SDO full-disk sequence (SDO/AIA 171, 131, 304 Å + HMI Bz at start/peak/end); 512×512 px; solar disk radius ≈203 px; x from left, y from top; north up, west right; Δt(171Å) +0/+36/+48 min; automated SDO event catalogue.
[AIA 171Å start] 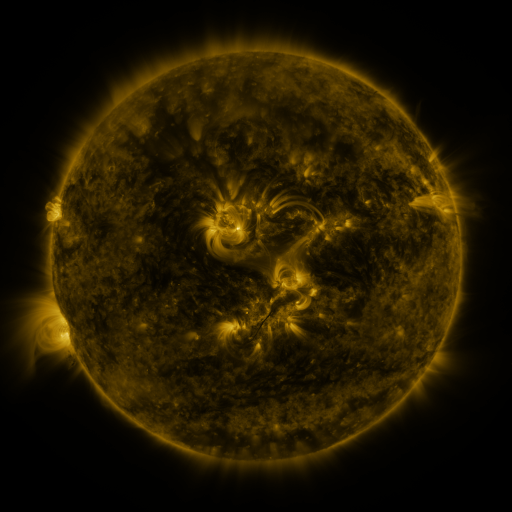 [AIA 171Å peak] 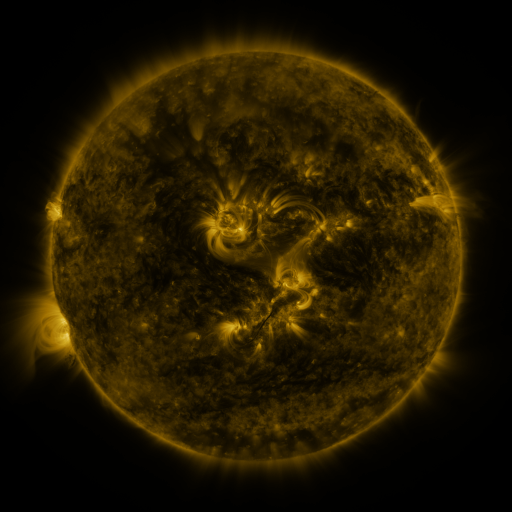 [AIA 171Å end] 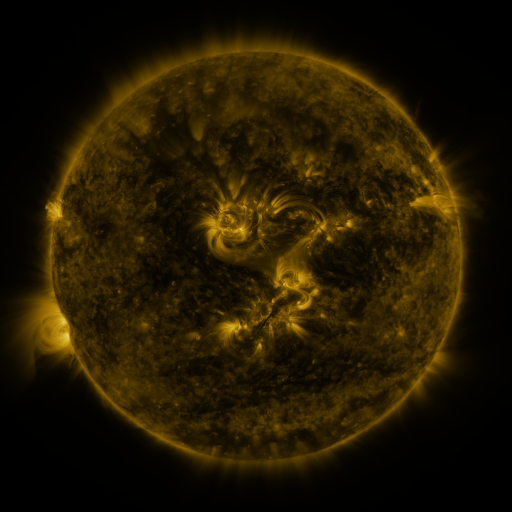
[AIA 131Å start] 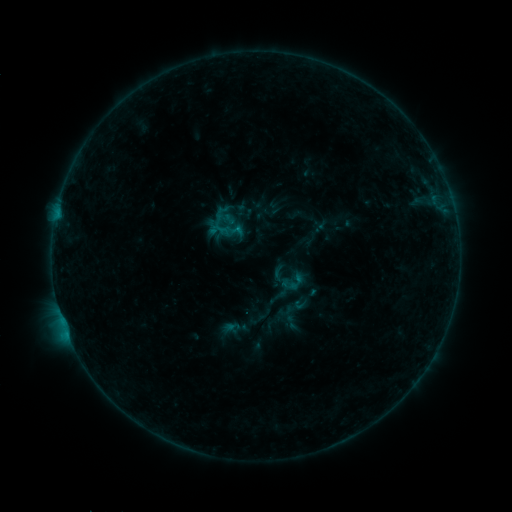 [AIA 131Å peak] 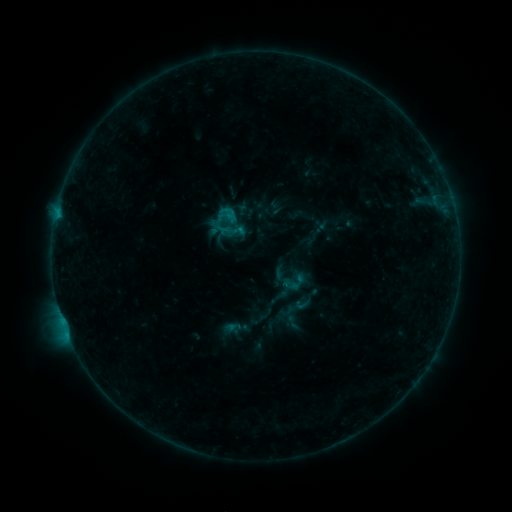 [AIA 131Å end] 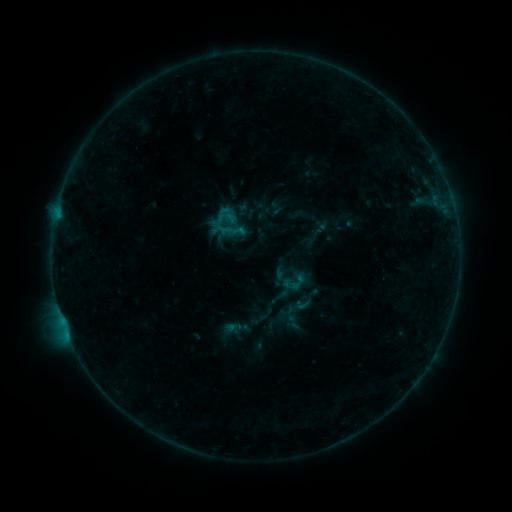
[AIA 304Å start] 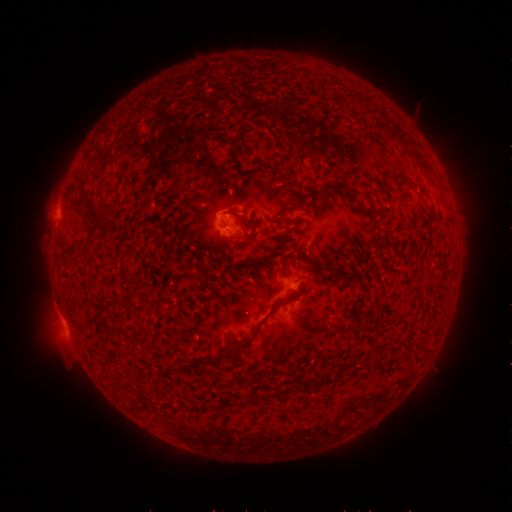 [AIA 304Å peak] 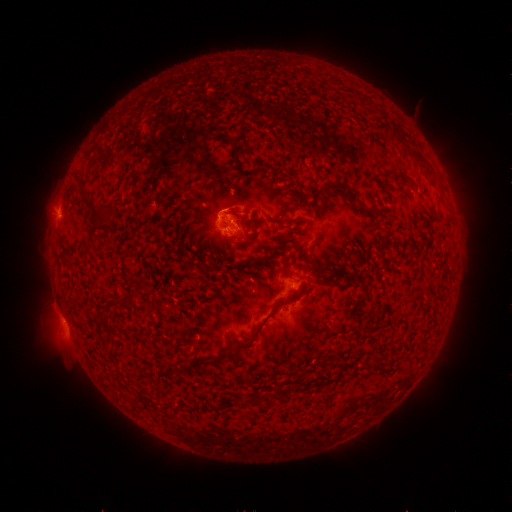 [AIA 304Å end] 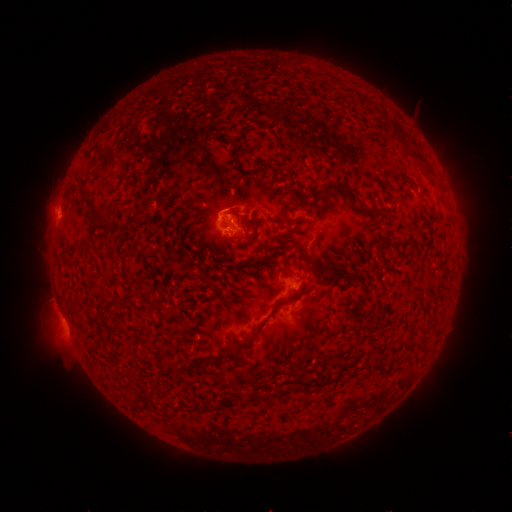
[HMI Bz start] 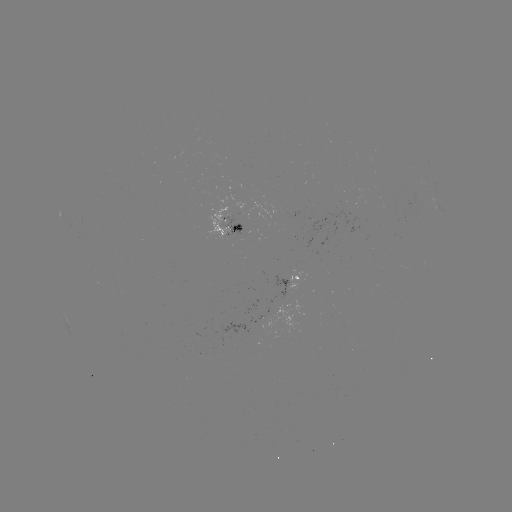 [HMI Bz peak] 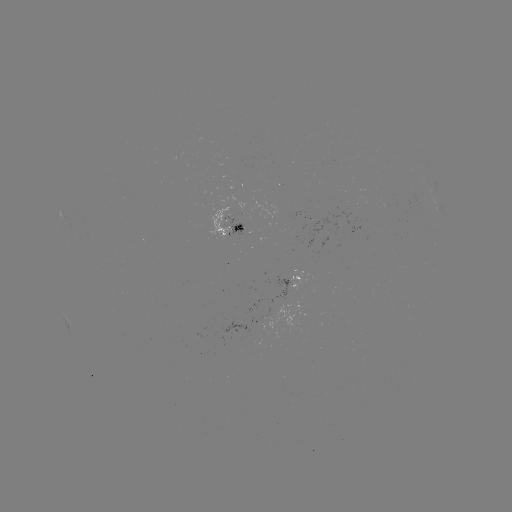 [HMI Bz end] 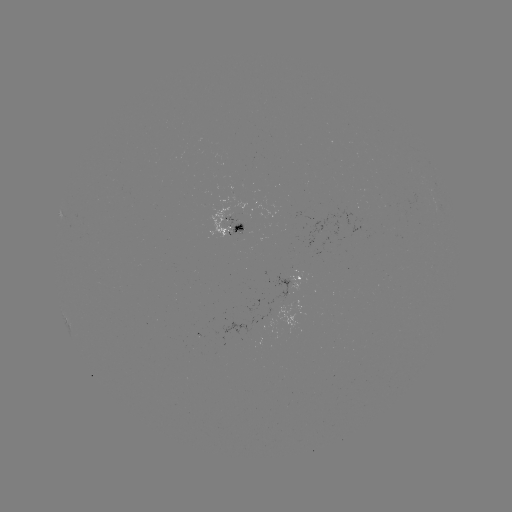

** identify B5.7 flare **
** (227, 212) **